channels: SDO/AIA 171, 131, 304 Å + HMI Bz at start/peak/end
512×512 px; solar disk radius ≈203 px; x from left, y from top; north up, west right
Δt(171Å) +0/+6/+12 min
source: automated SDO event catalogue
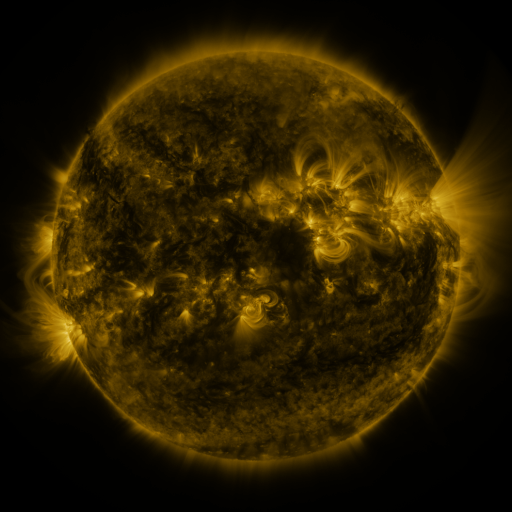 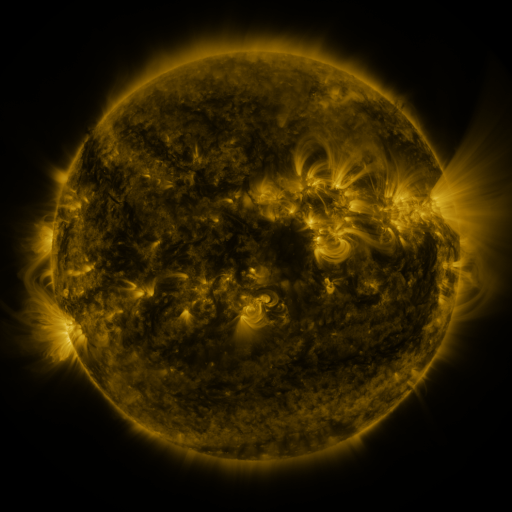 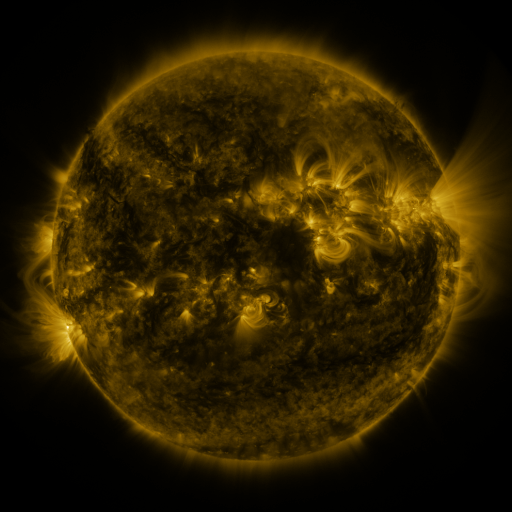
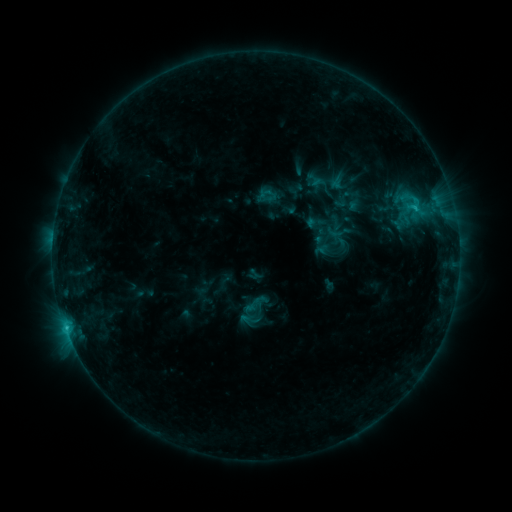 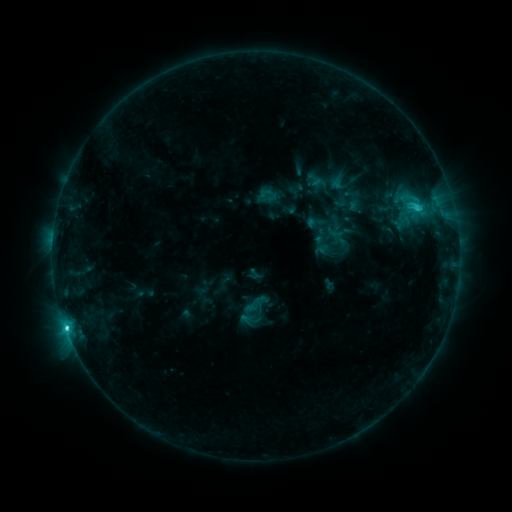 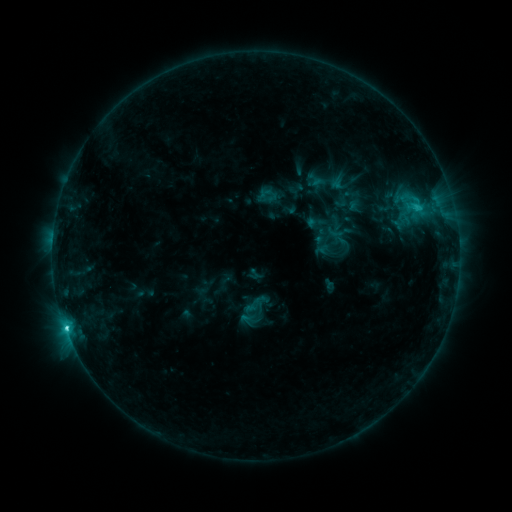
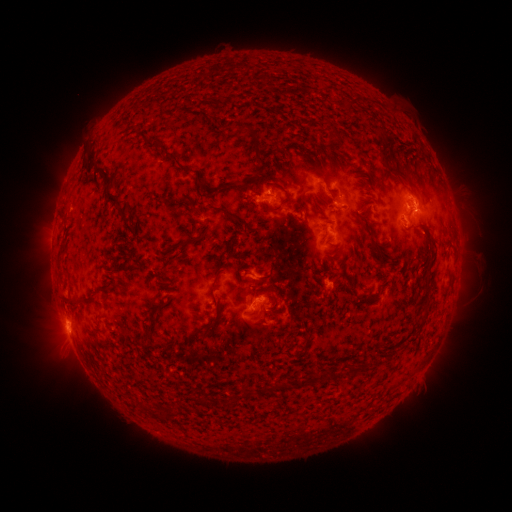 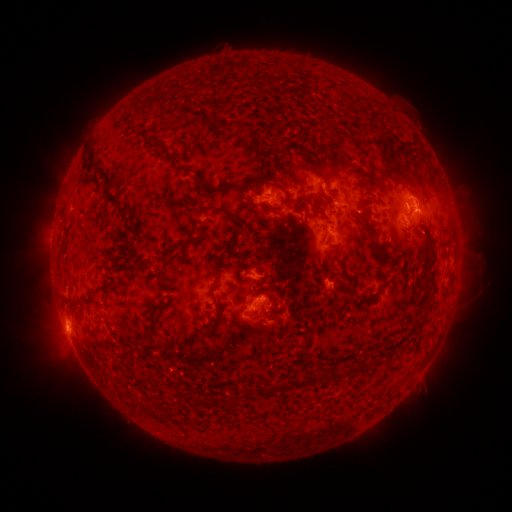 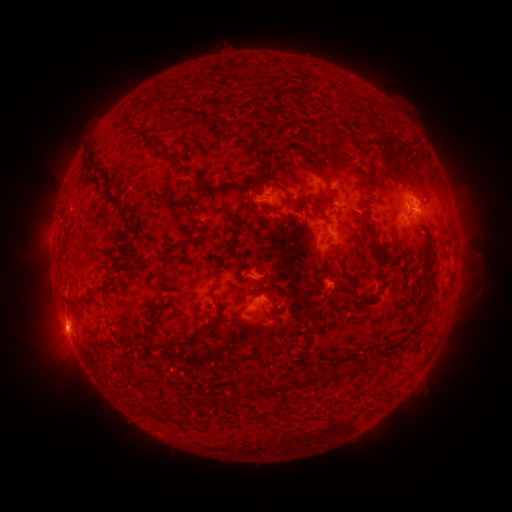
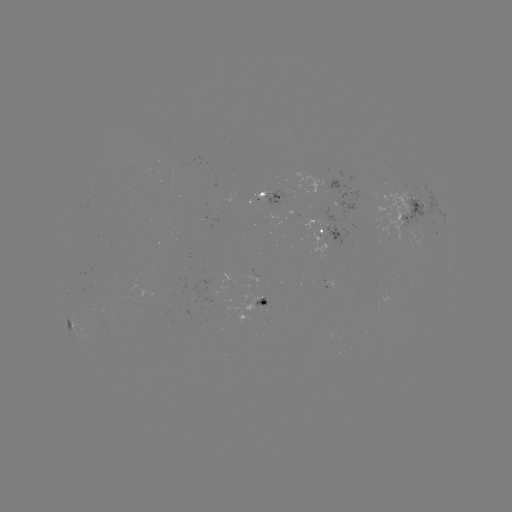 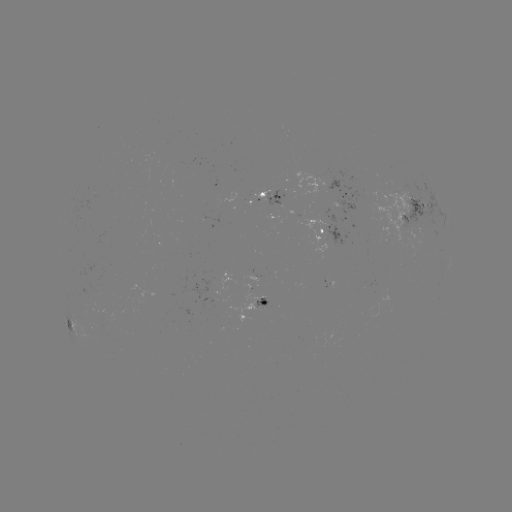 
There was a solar flare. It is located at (66, 325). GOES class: C4.5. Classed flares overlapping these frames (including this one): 1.